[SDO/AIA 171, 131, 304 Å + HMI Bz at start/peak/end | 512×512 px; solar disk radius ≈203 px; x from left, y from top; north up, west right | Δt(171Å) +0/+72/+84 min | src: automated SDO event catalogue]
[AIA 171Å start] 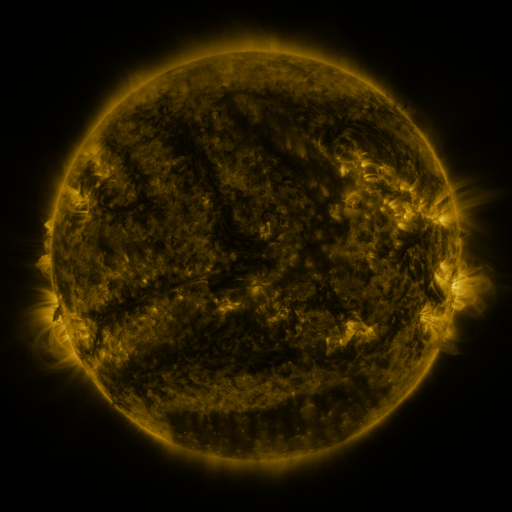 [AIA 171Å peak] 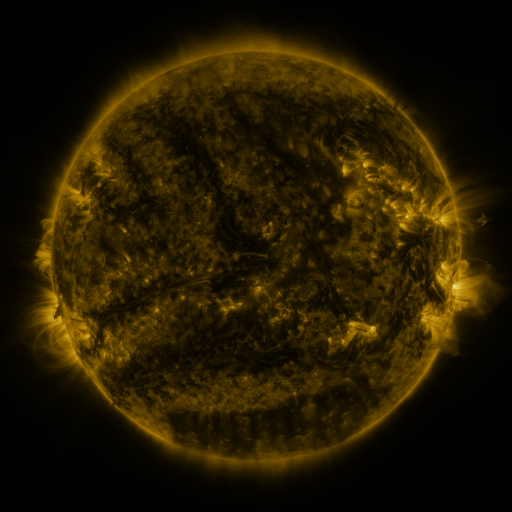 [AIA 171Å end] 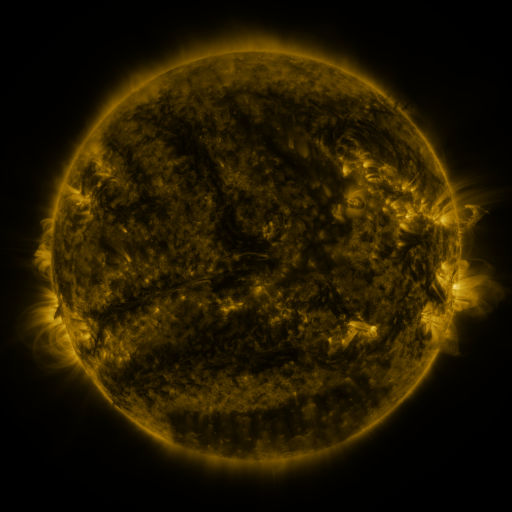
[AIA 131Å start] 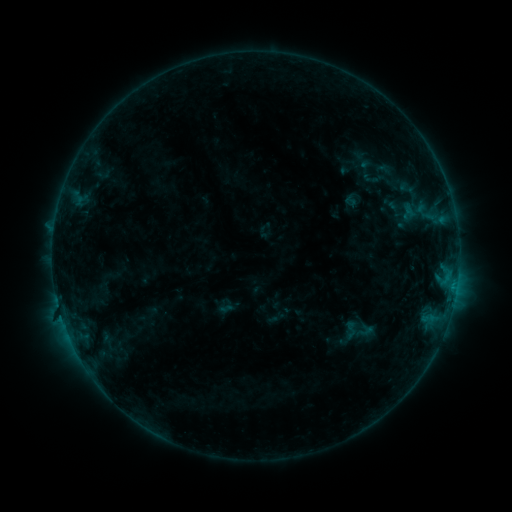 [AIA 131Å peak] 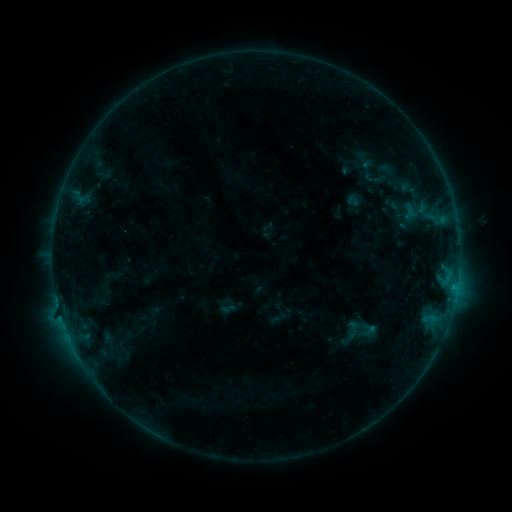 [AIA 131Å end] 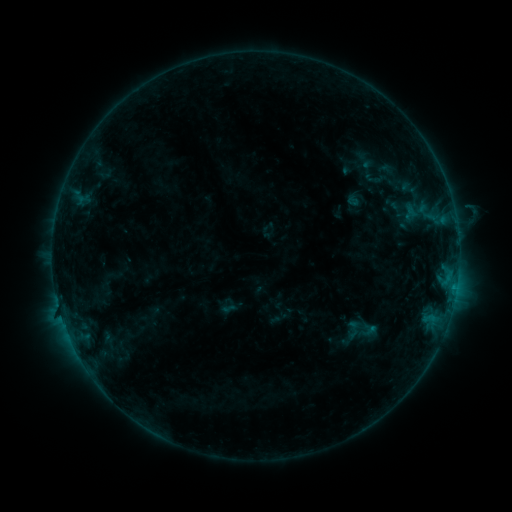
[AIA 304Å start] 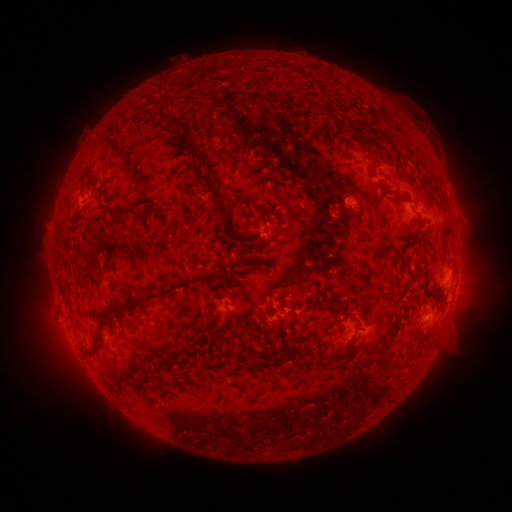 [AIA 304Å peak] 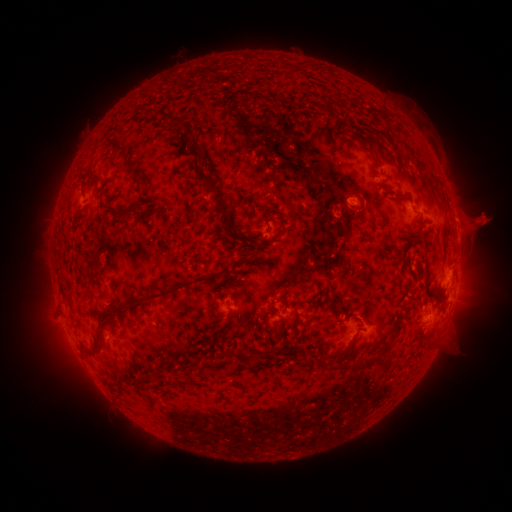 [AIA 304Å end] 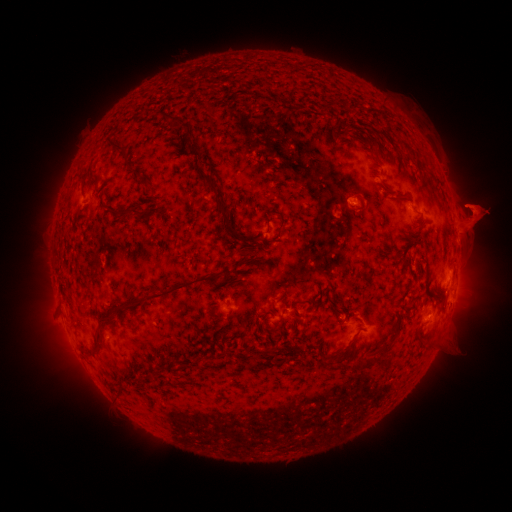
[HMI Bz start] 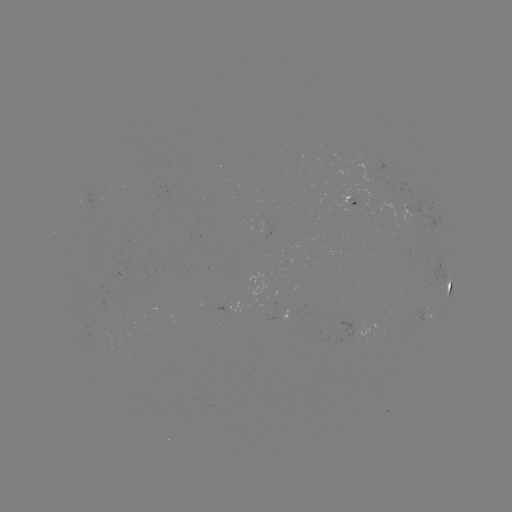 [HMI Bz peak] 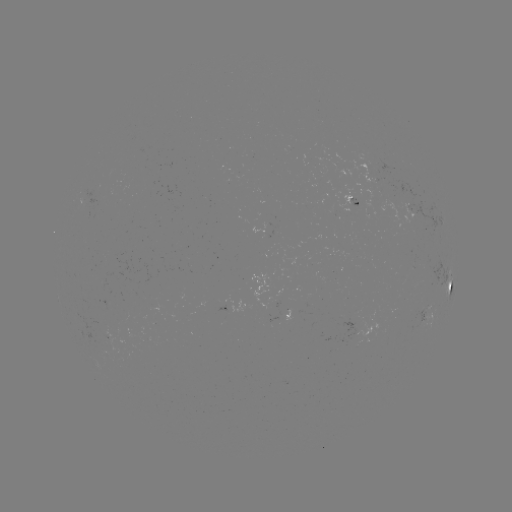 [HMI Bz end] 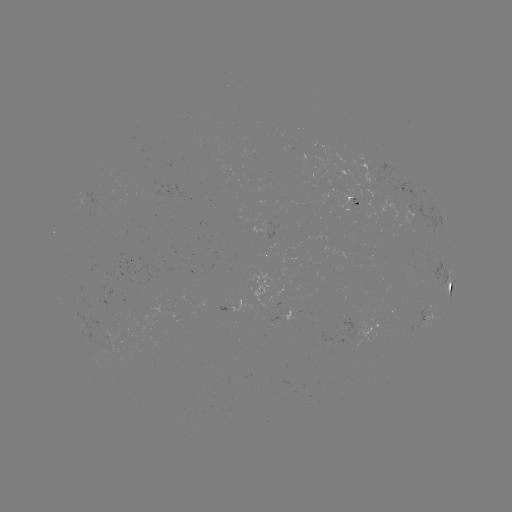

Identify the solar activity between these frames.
emerging-flux region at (362, 208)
